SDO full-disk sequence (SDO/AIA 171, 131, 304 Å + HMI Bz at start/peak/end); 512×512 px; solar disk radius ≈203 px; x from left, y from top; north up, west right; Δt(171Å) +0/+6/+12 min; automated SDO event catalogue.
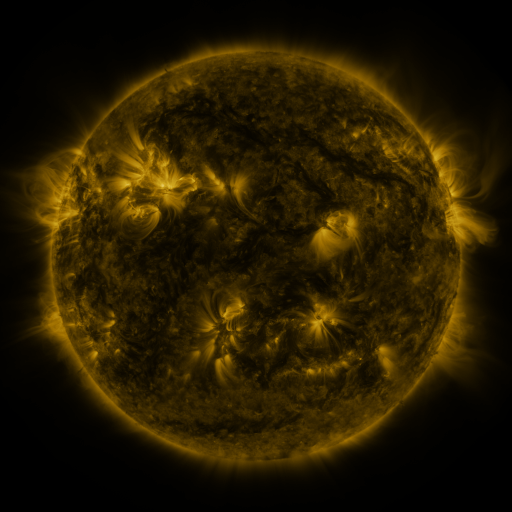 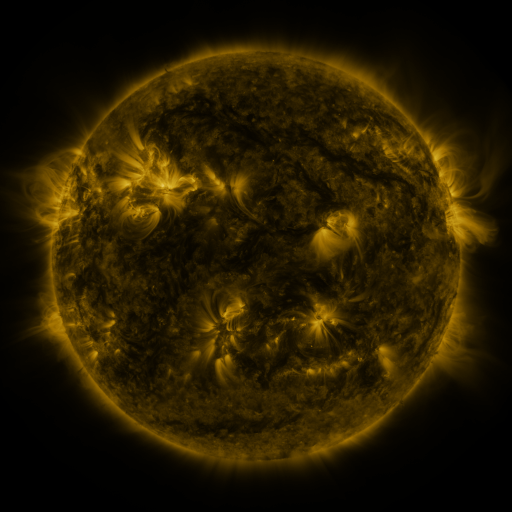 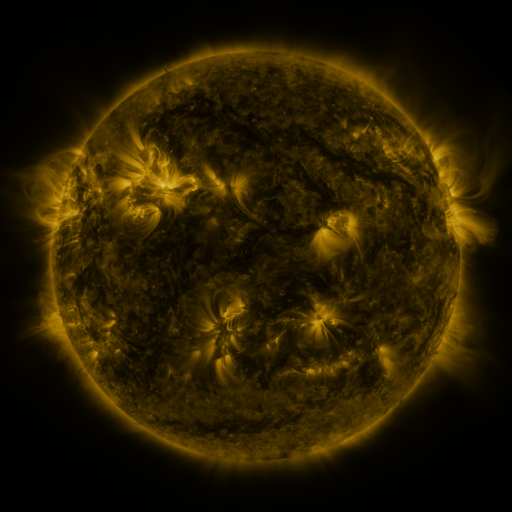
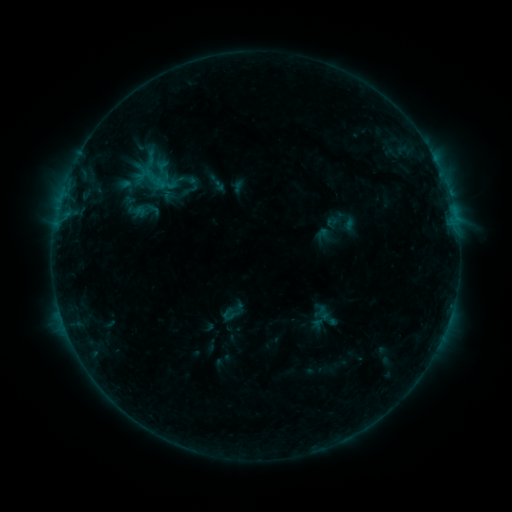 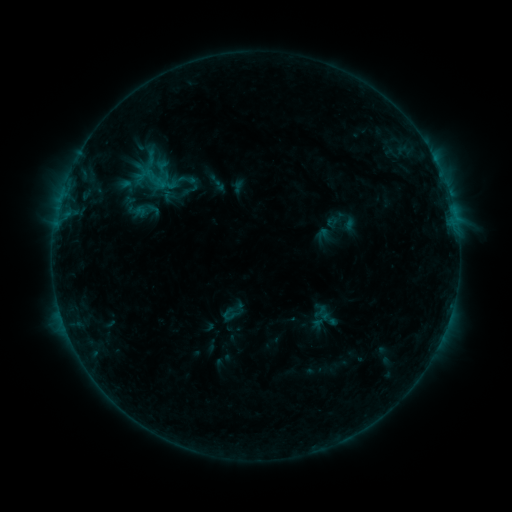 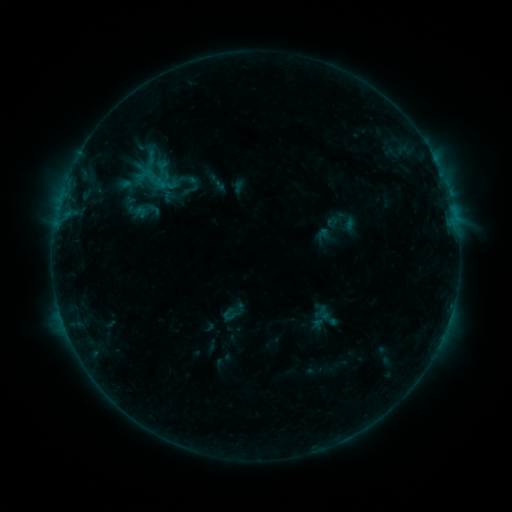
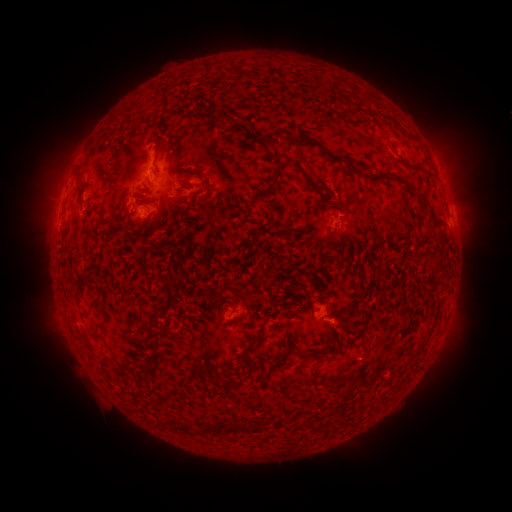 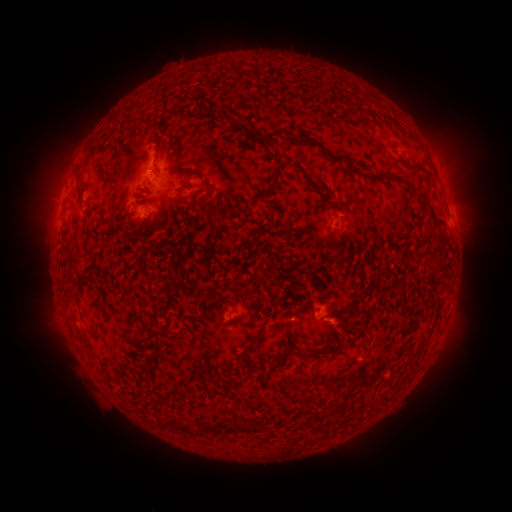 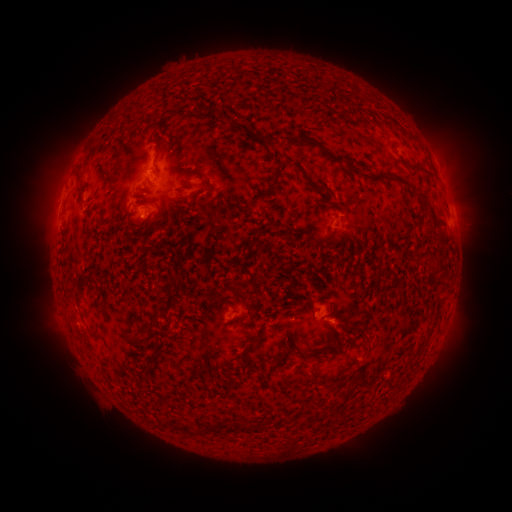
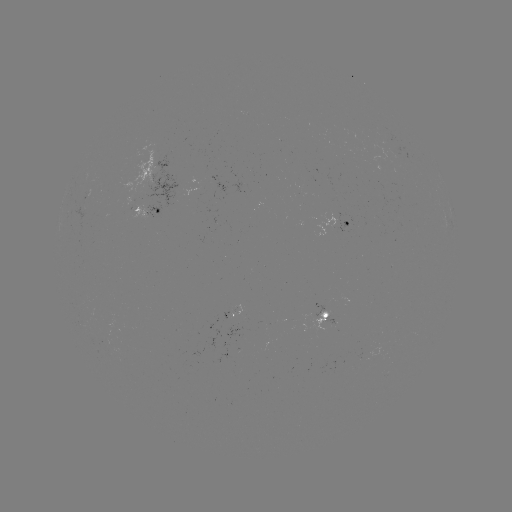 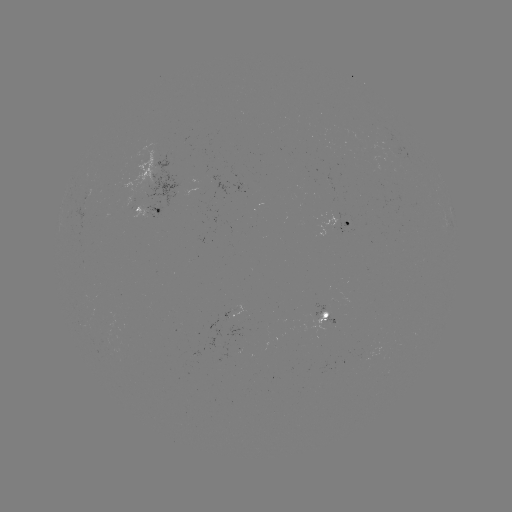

no flare in any classed list; no EUV-trigger detection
